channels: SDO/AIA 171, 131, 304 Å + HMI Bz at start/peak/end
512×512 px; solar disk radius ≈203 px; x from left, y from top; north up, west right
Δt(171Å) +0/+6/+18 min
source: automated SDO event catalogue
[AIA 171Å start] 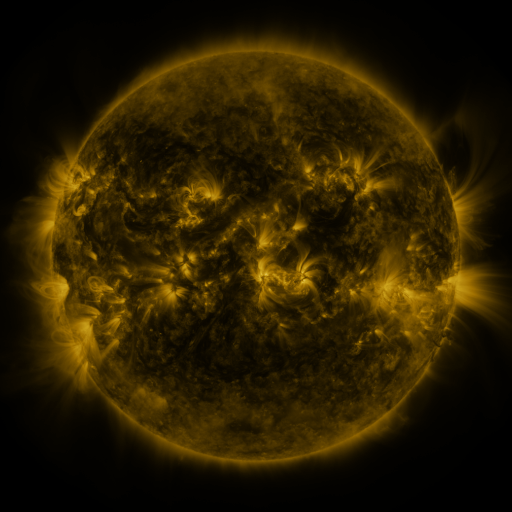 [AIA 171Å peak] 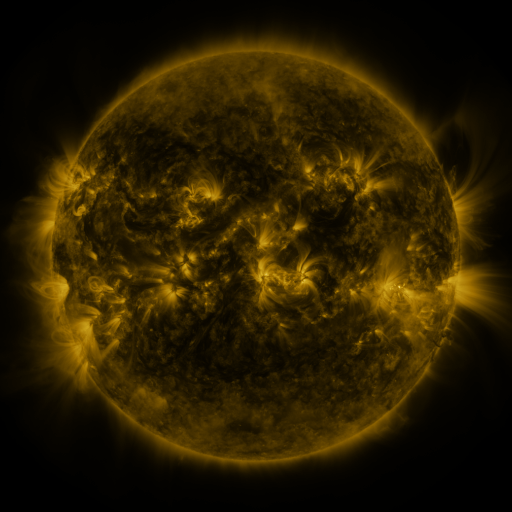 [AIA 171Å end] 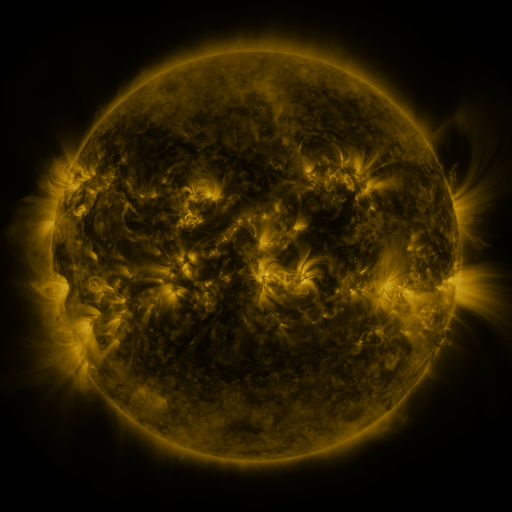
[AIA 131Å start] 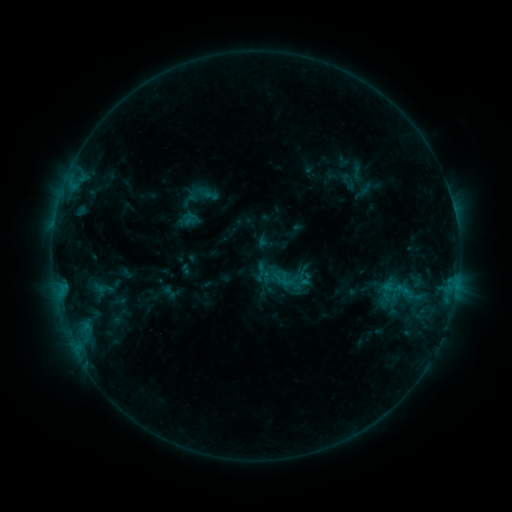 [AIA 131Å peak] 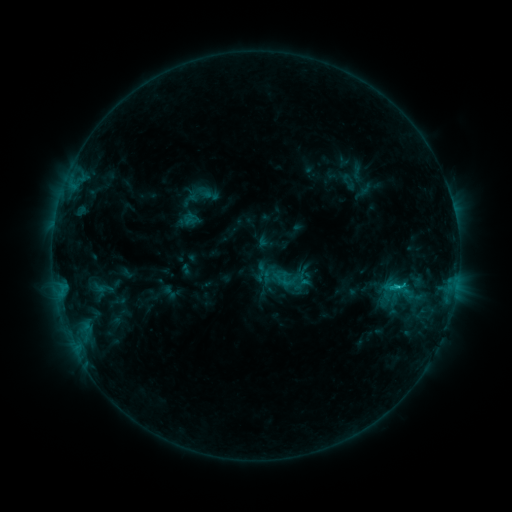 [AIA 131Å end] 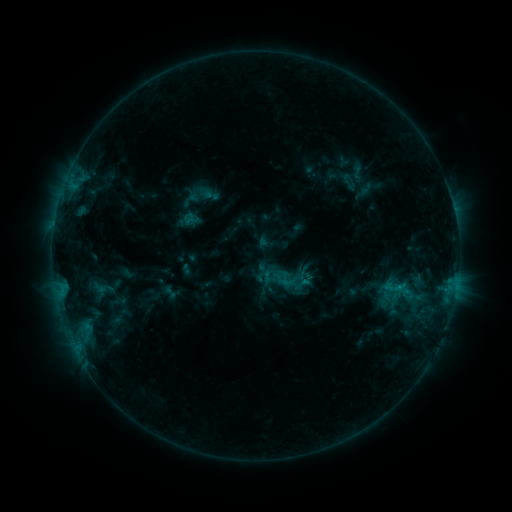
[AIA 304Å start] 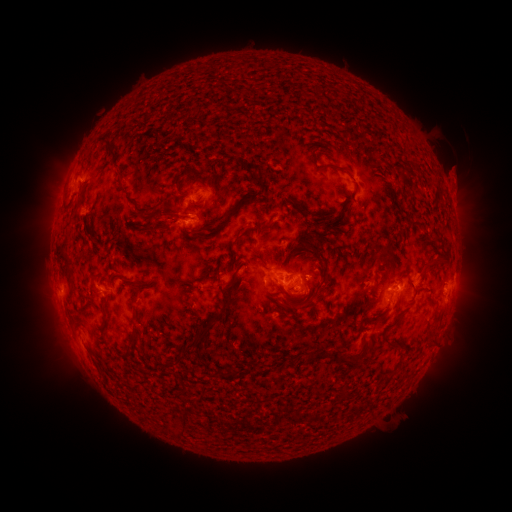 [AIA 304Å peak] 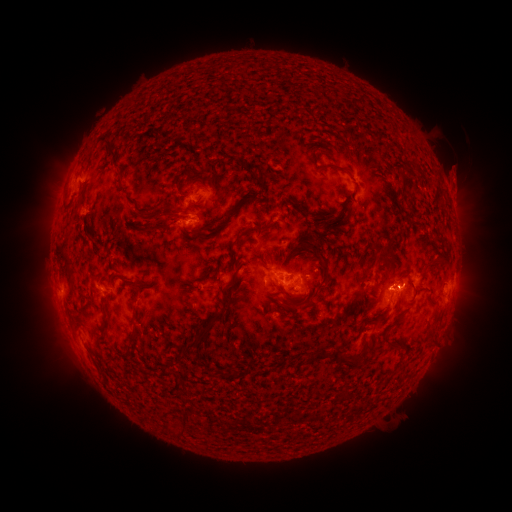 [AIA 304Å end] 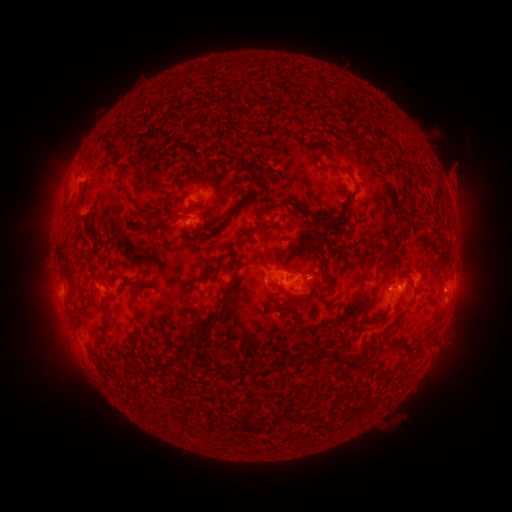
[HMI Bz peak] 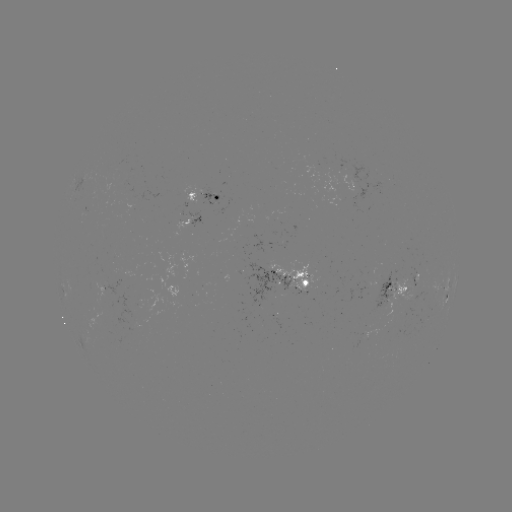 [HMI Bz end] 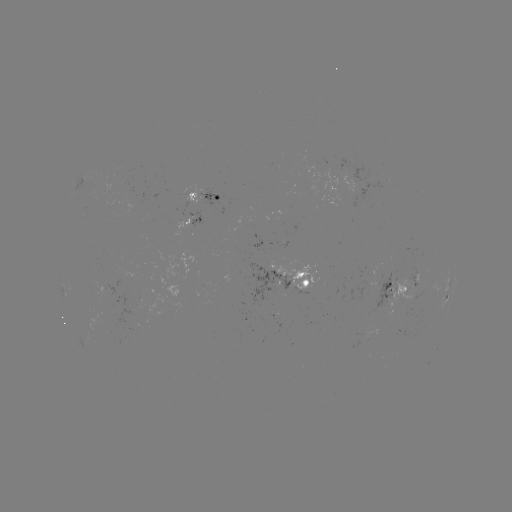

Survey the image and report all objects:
C1.1 flare: (396, 284)
